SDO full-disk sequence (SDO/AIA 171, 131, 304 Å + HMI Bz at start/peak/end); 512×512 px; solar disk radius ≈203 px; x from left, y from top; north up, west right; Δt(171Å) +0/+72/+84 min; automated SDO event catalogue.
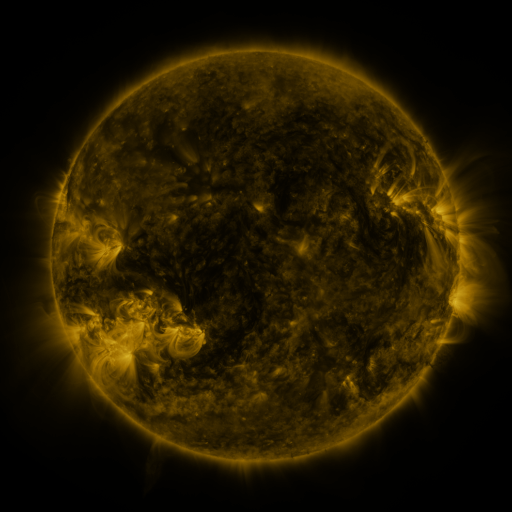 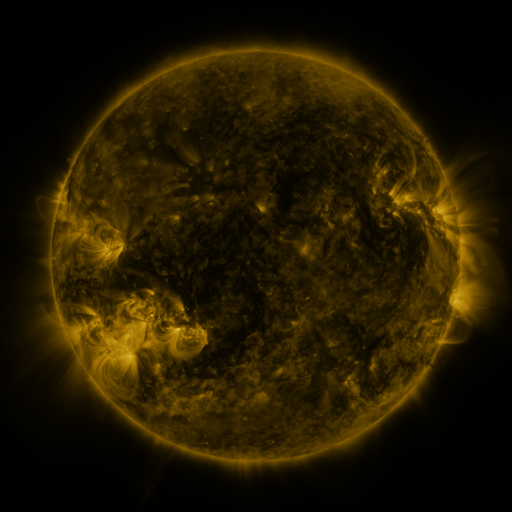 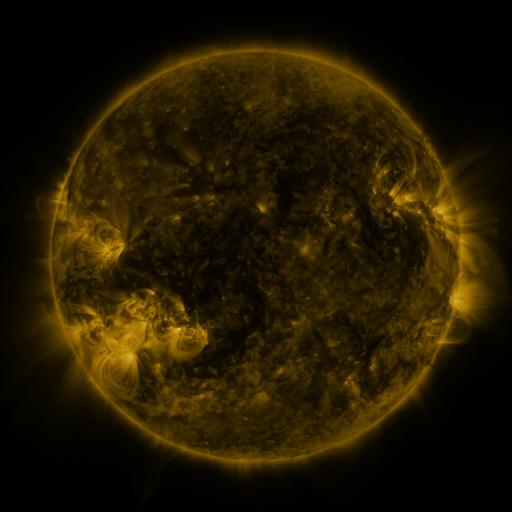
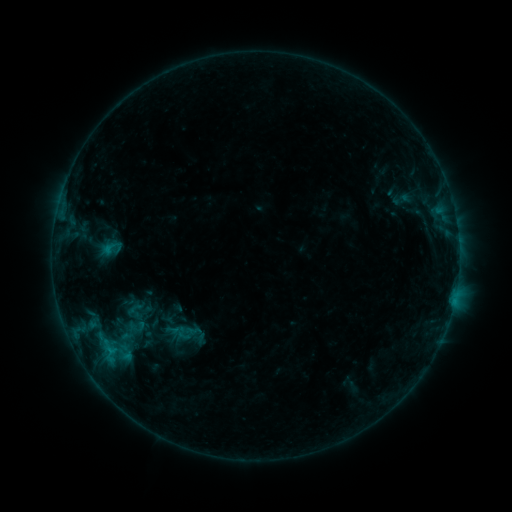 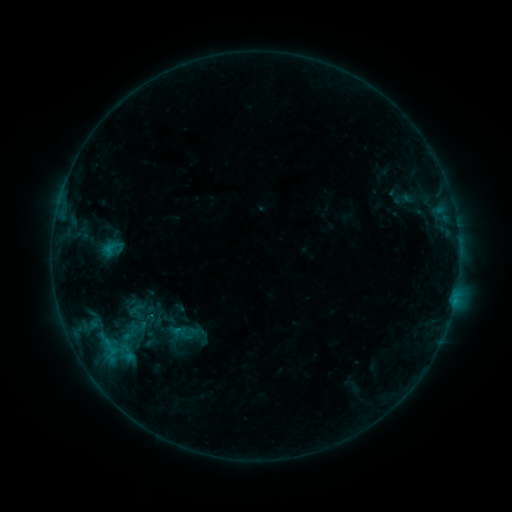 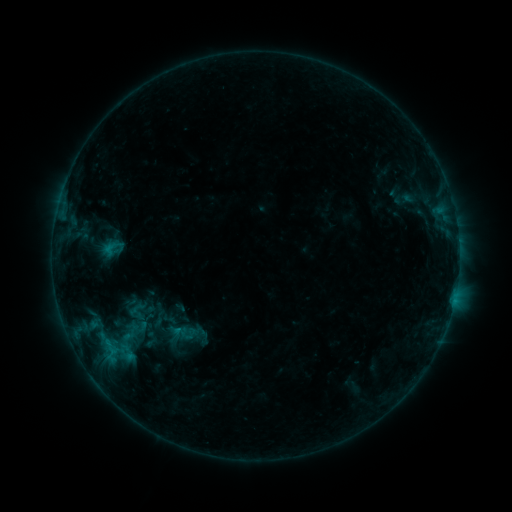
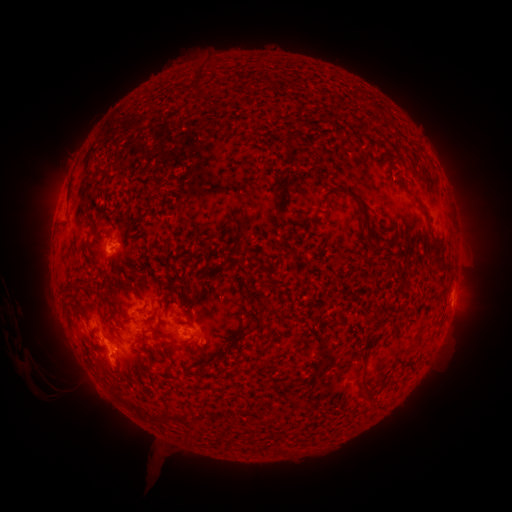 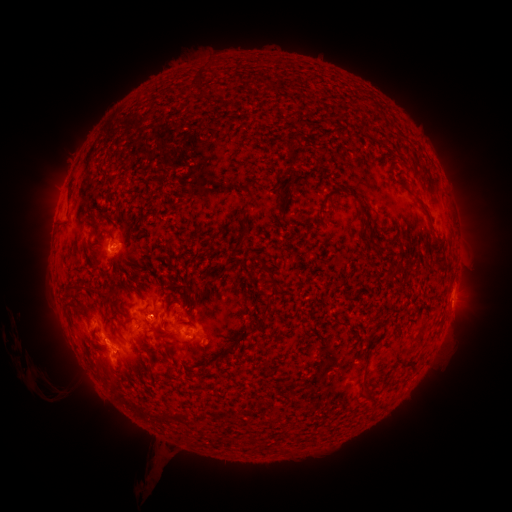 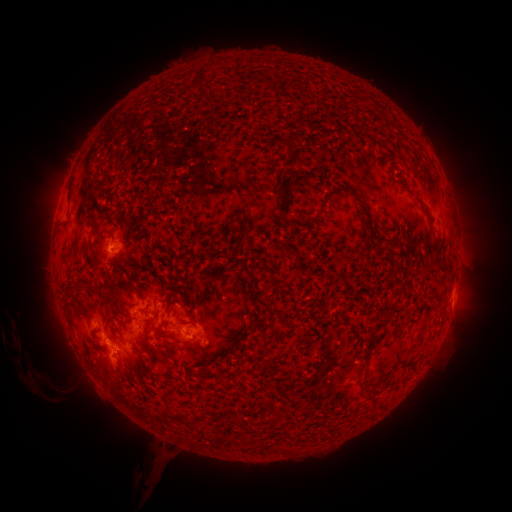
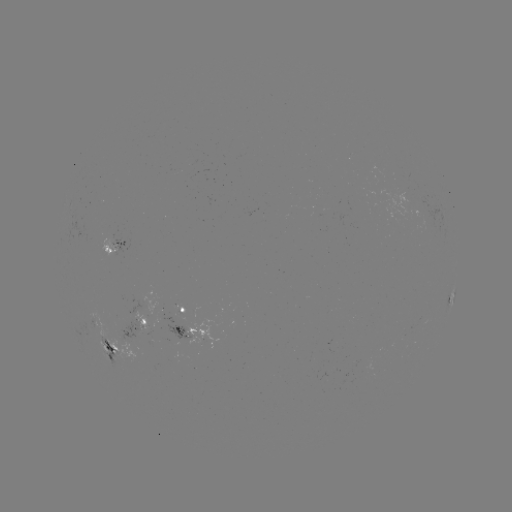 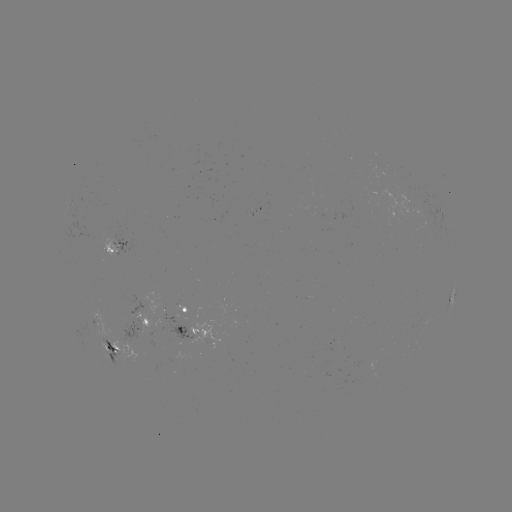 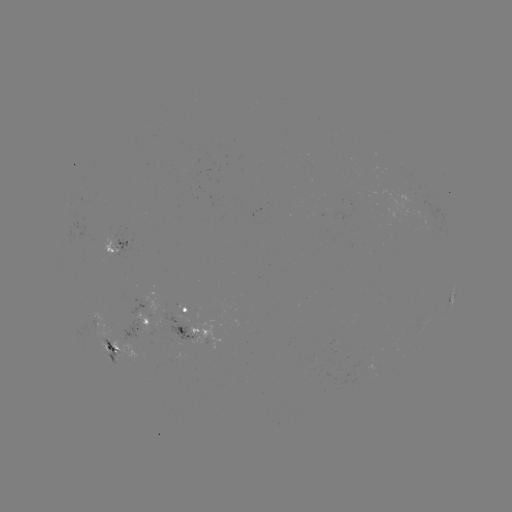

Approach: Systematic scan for emerging-flux region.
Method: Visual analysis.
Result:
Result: emerging-flux region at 112,350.